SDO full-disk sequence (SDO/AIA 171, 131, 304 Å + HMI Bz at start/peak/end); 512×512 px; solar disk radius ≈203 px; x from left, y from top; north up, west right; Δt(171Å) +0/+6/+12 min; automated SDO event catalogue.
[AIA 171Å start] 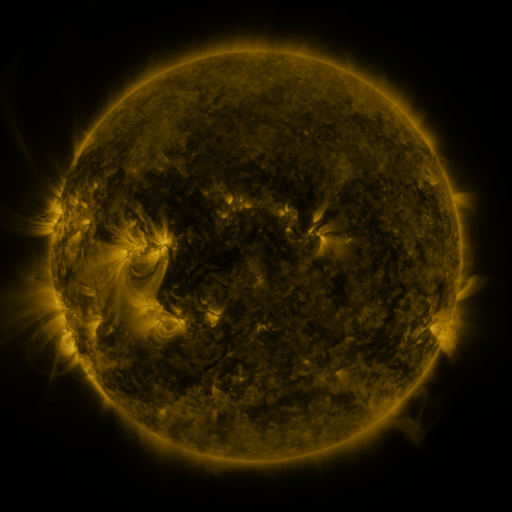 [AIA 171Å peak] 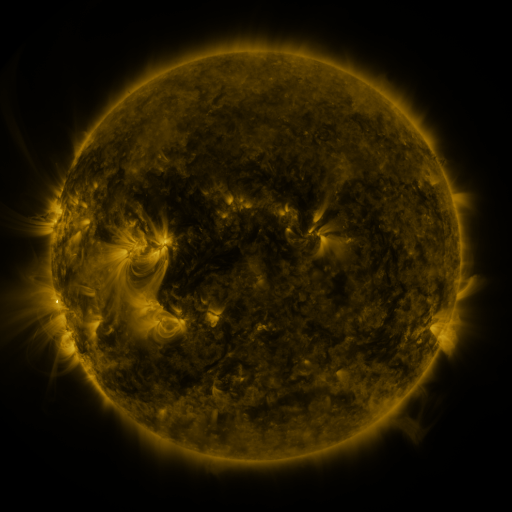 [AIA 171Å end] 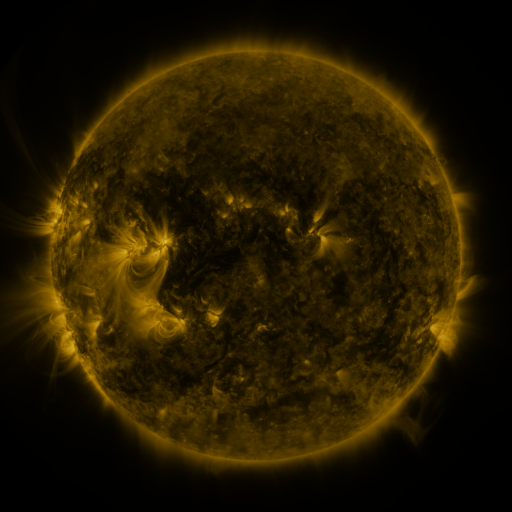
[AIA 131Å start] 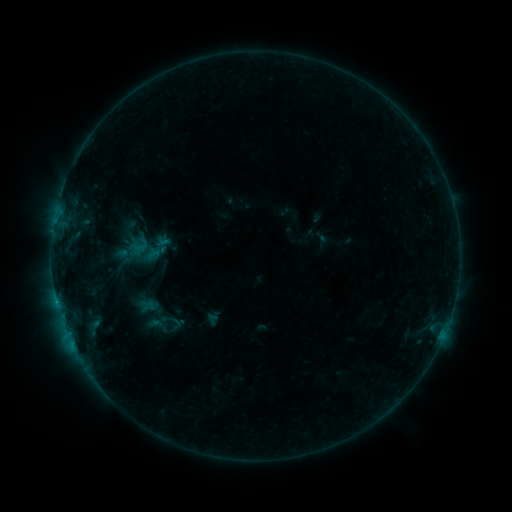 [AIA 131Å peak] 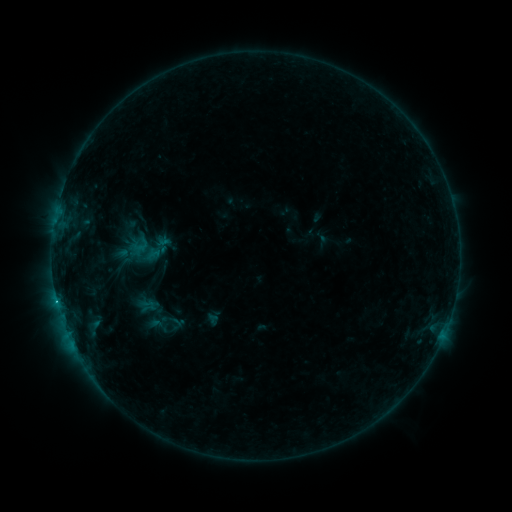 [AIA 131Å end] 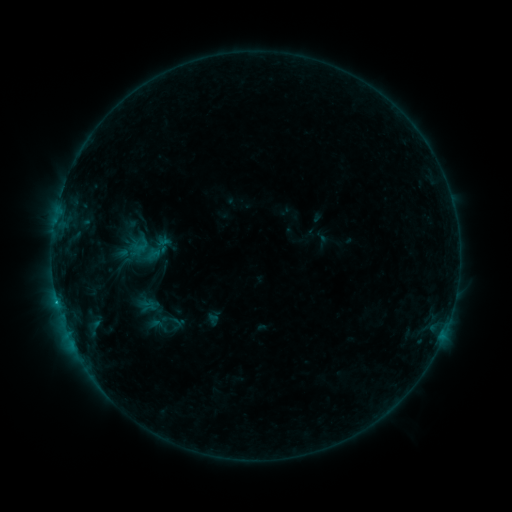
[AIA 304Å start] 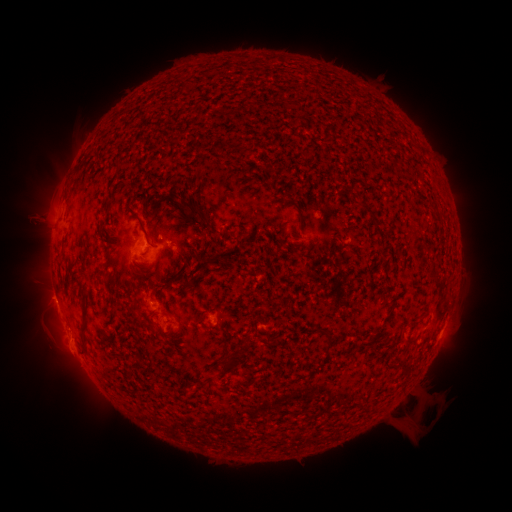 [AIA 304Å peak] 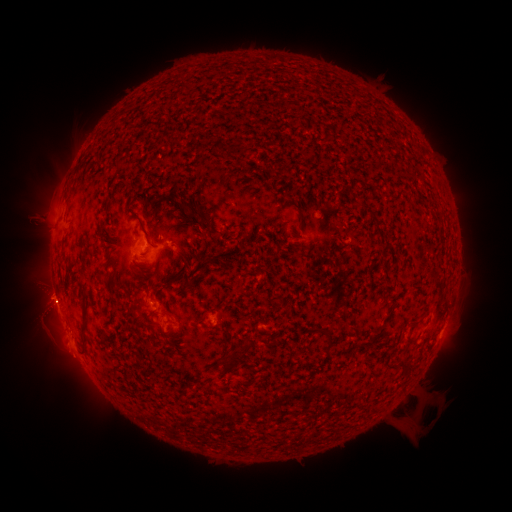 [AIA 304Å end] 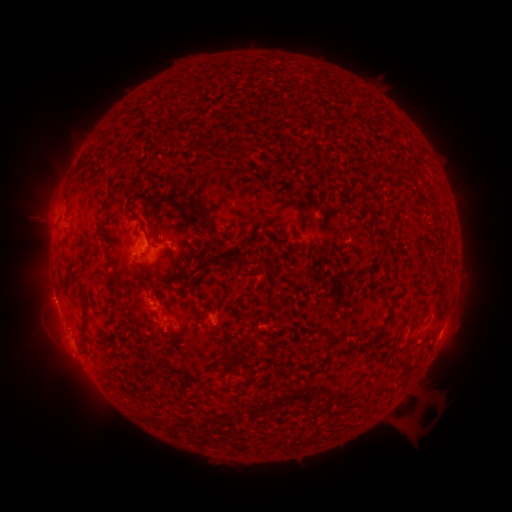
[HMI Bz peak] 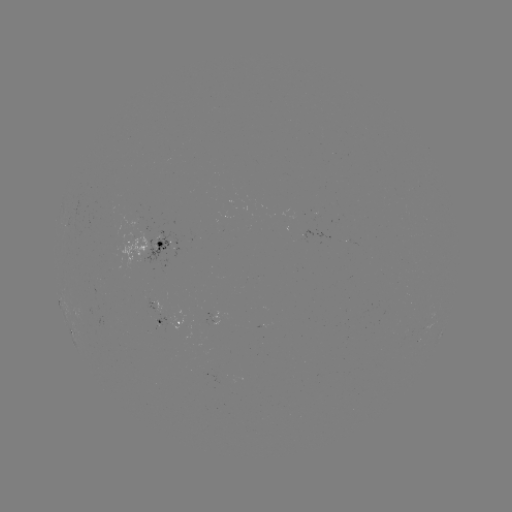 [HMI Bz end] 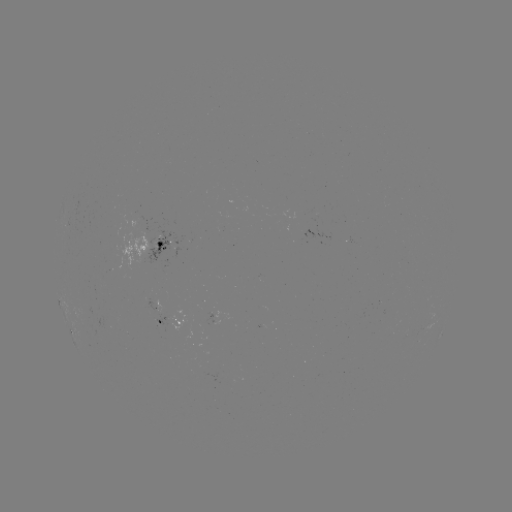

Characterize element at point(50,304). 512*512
eruption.